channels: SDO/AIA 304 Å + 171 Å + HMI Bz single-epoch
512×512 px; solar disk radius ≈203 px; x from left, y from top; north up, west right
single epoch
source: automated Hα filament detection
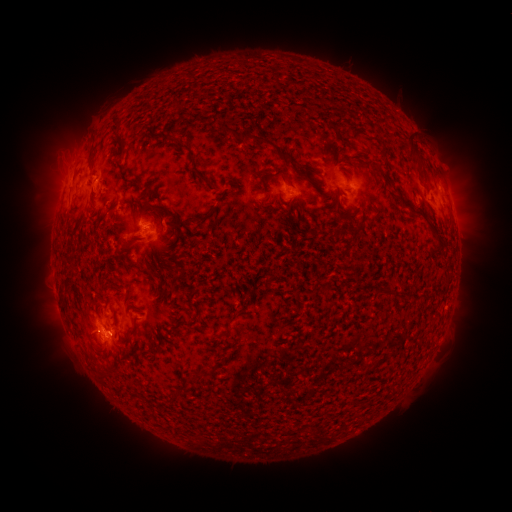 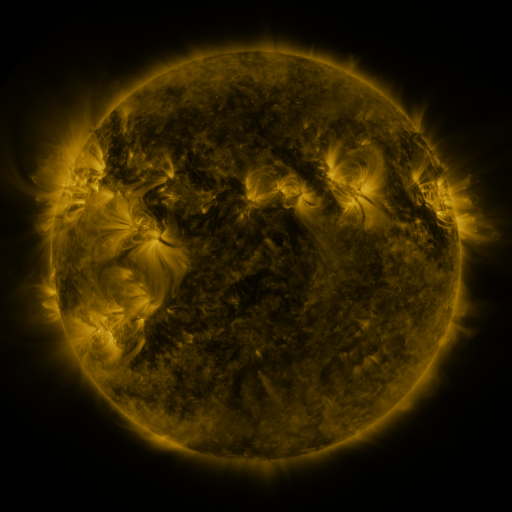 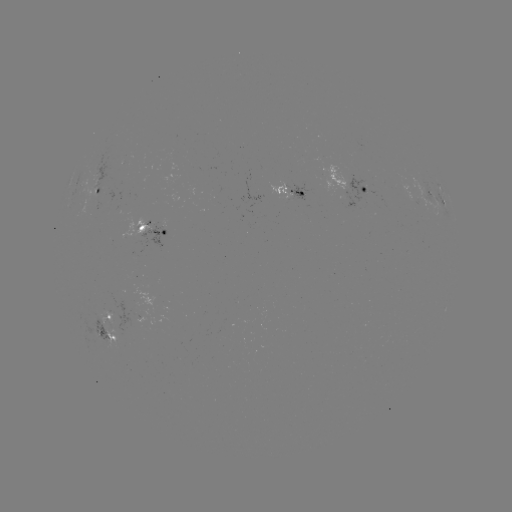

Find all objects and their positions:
filament: (116, 133, 127, 154)
filament: (243, 133, 275, 148)
filament: (408, 135, 423, 162)
filament: (378, 139, 388, 150)
filament: (86, 148, 93, 169)
filament: (275, 151, 286, 161)
filament: (190, 156, 214, 190)
filament: (272, 167, 287, 179)
filament: (373, 173, 380, 189)
filament: (397, 195, 420, 217)
filament: (150, 205, 164, 225)
filament: (100, 211, 108, 225)
filament: (433, 239, 444, 255)
filament: (264, 276, 273, 288)
filament: (127, 324, 136, 336)
